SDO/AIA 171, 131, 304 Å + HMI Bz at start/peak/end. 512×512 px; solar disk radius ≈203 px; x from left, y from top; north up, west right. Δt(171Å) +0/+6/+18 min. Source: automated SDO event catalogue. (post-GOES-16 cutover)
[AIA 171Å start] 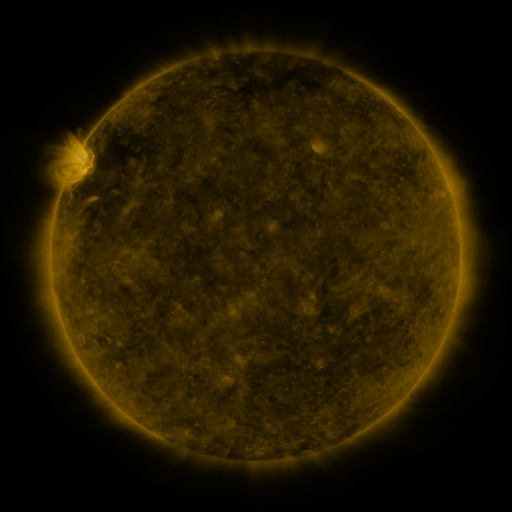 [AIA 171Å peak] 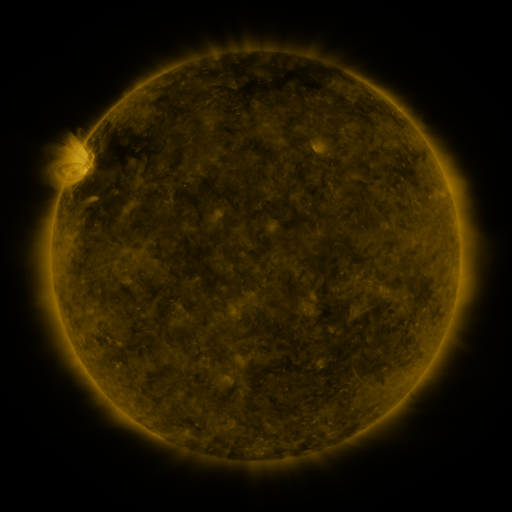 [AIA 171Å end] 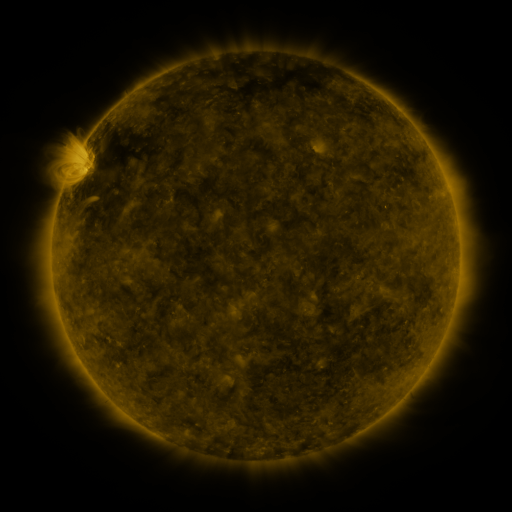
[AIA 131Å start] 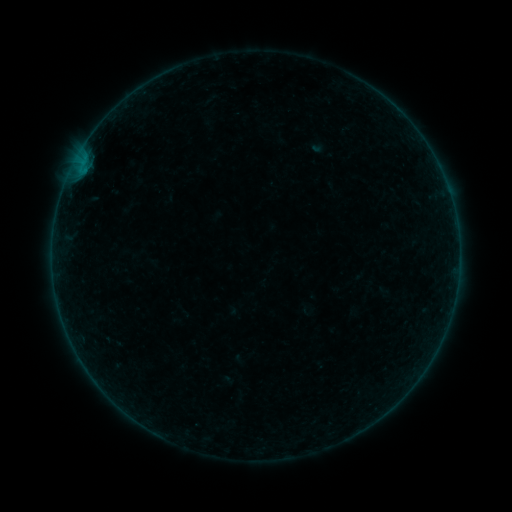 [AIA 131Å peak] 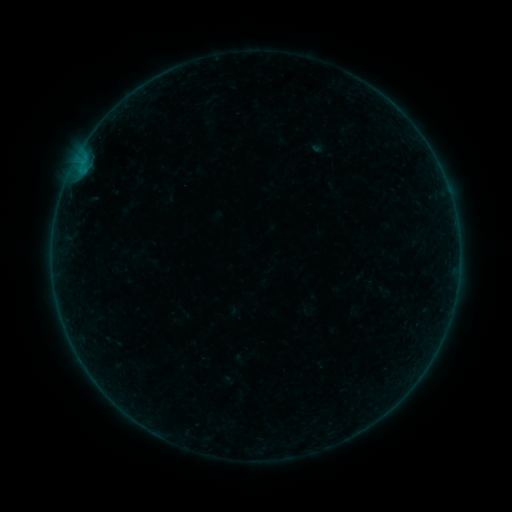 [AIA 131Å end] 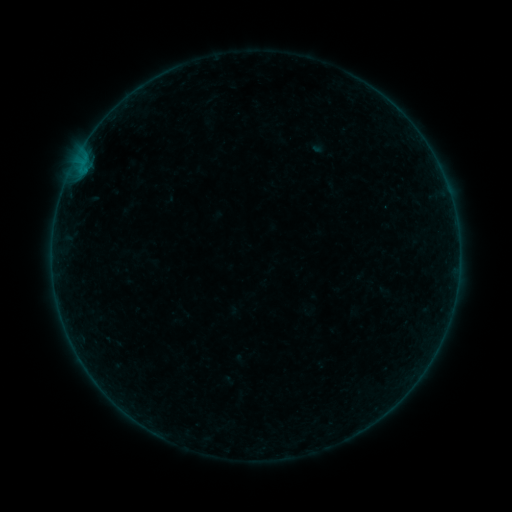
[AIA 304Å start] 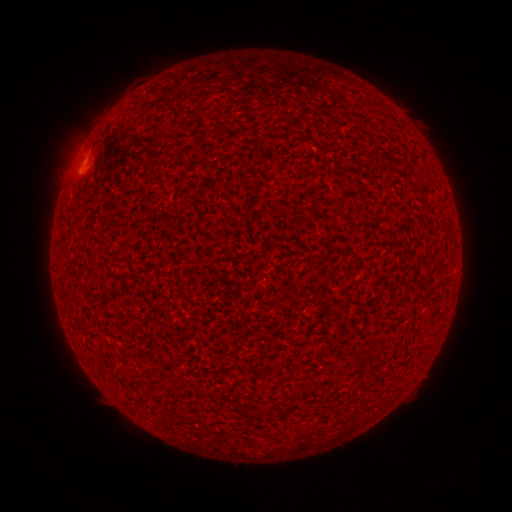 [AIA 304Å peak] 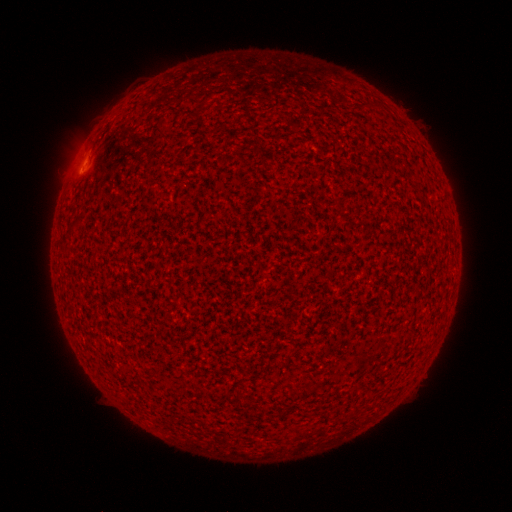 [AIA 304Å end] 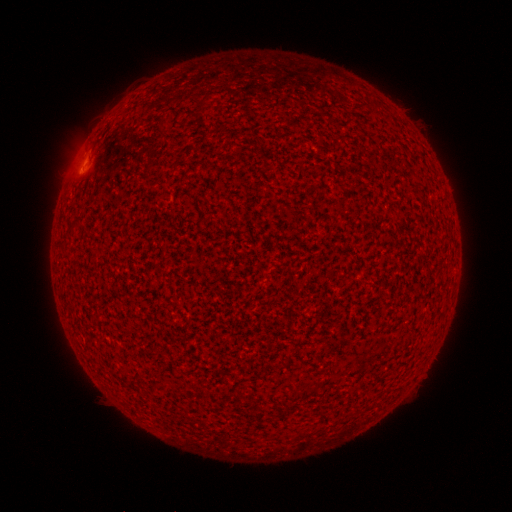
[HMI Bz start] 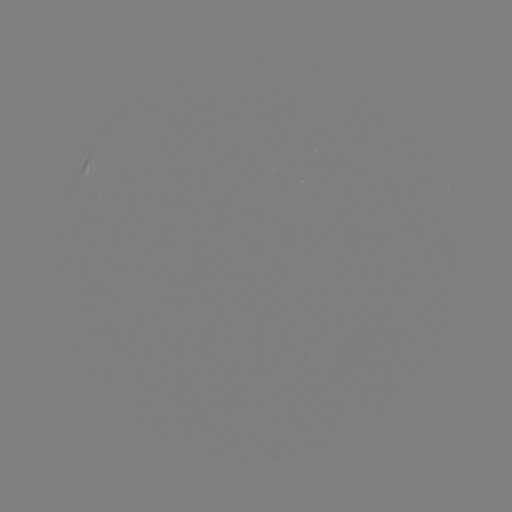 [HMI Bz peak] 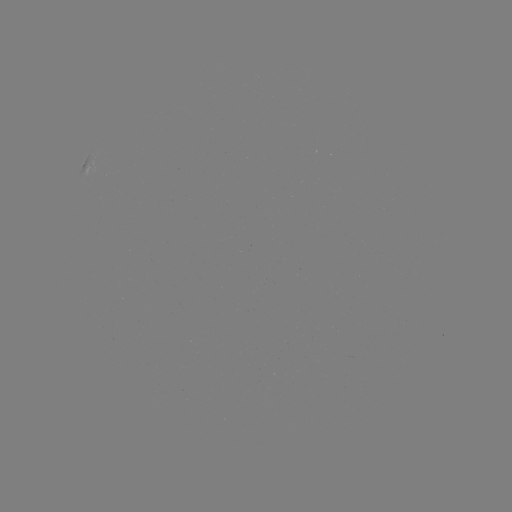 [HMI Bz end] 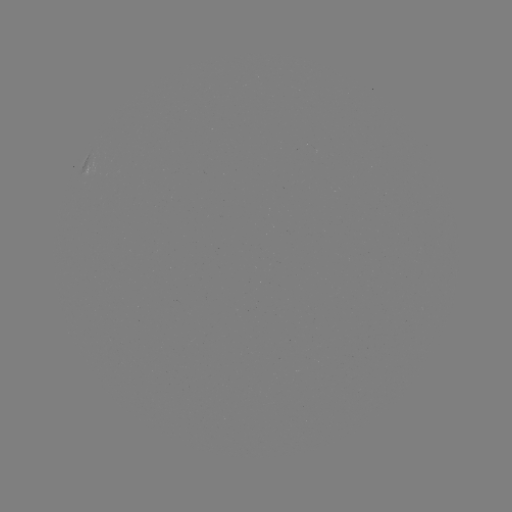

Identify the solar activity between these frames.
A6.5 flare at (79, 173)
